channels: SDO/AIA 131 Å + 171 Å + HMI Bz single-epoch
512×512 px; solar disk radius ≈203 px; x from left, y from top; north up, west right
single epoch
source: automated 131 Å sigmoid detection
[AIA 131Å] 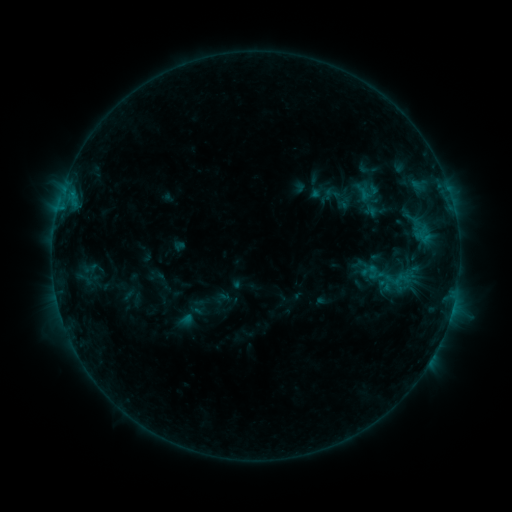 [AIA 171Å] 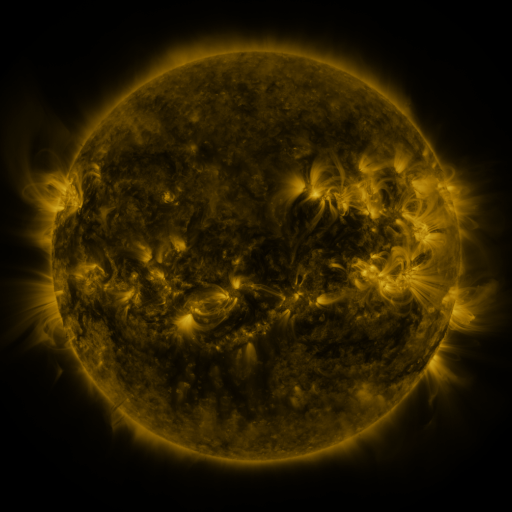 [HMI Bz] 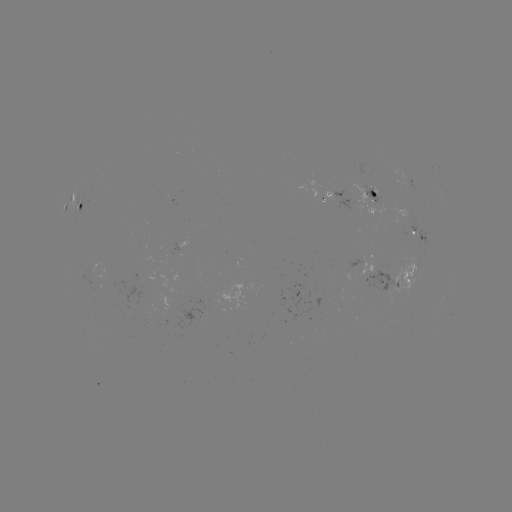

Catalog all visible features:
sigmoid: (332, 193)
sigmoid: (371, 272)
